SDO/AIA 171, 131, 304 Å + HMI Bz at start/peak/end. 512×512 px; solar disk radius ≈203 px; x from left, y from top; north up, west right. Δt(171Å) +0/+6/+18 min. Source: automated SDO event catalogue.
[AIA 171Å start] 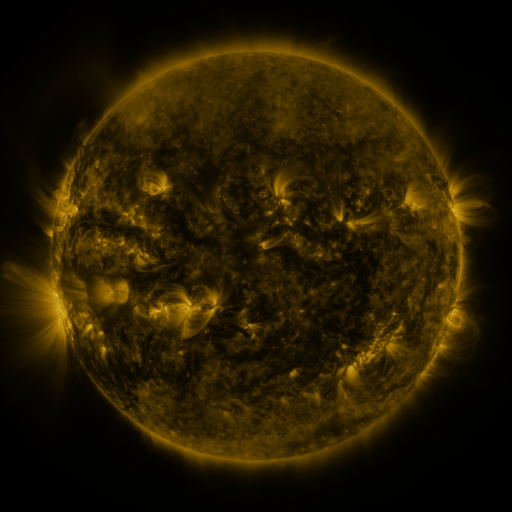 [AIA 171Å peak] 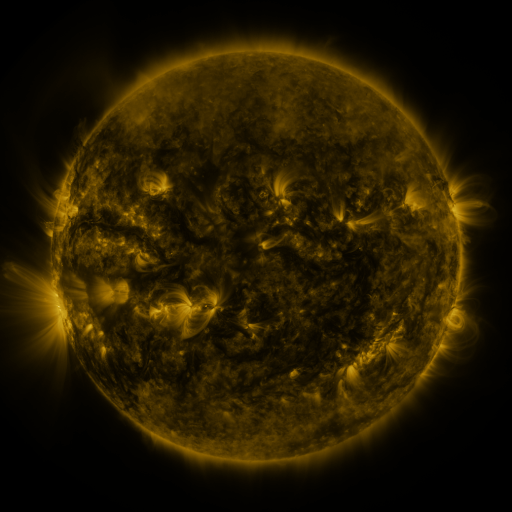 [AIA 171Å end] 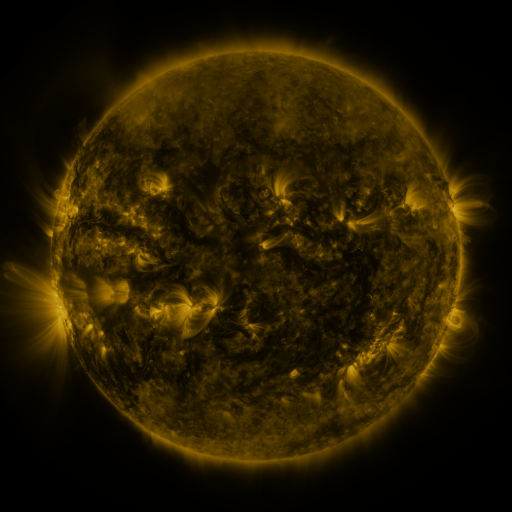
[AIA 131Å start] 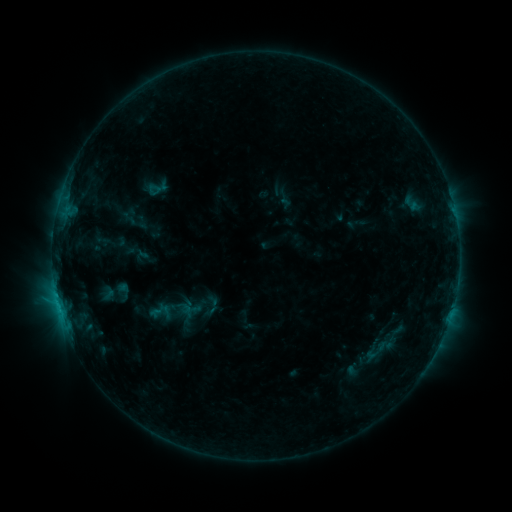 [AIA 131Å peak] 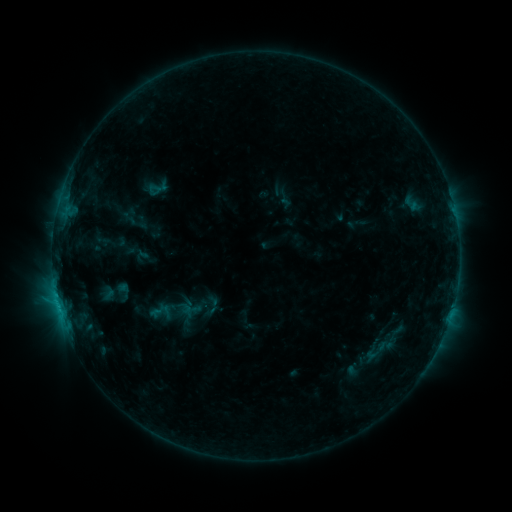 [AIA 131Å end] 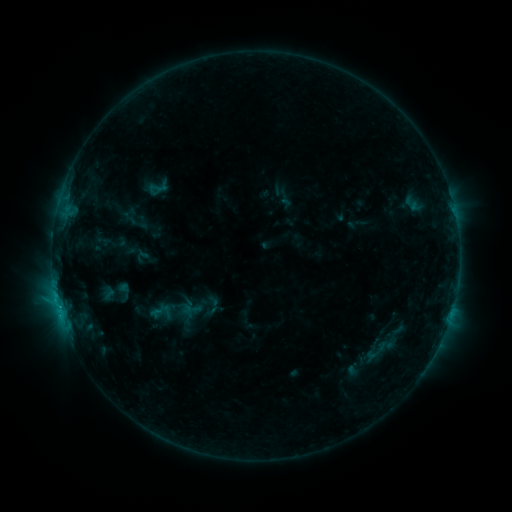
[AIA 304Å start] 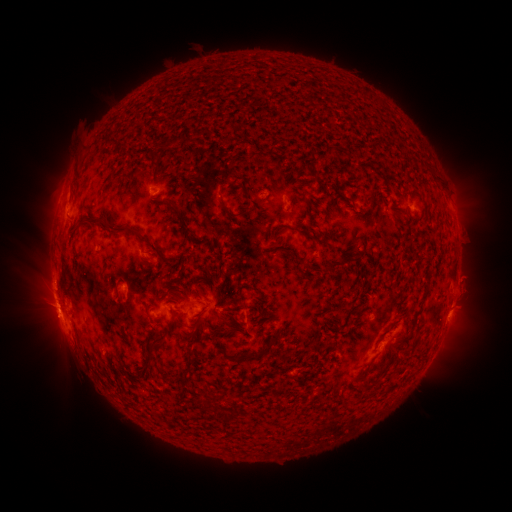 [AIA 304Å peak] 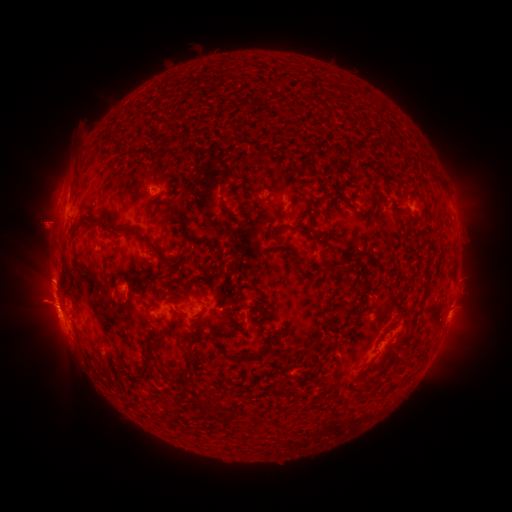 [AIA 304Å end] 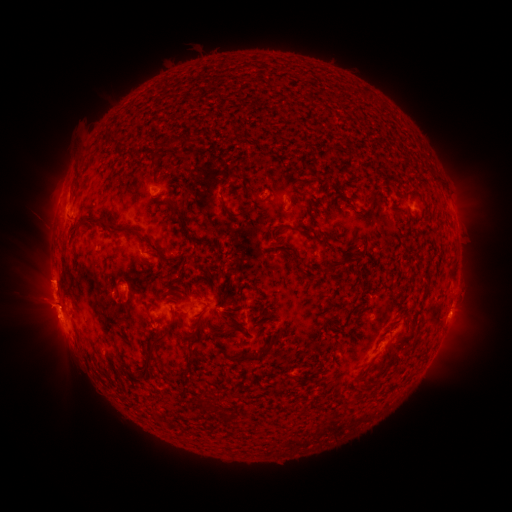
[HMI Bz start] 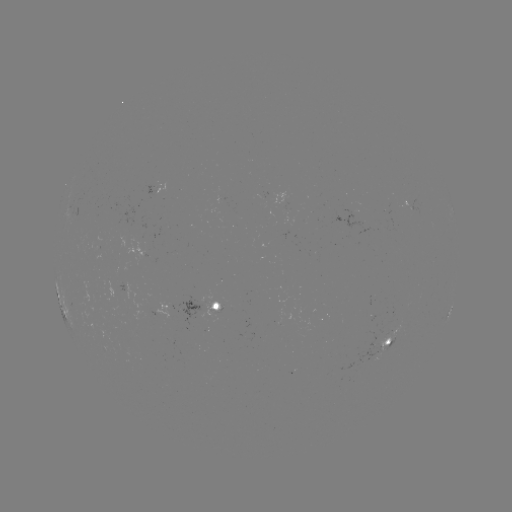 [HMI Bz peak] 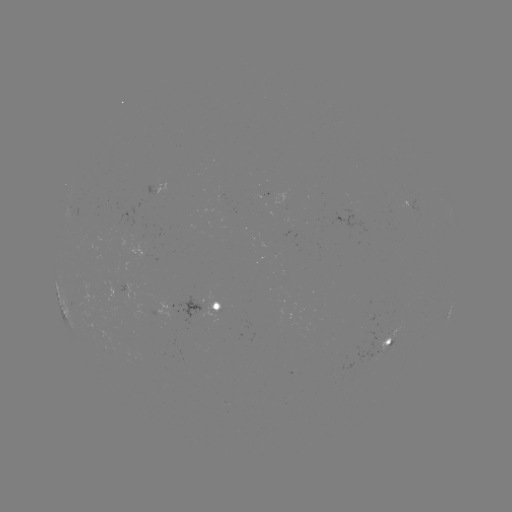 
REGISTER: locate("eruption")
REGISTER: (42, 299)